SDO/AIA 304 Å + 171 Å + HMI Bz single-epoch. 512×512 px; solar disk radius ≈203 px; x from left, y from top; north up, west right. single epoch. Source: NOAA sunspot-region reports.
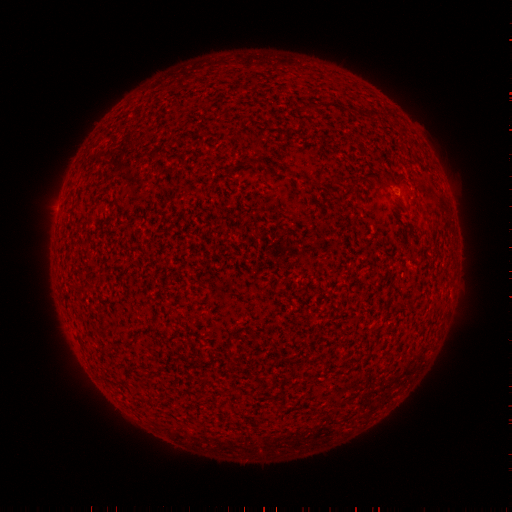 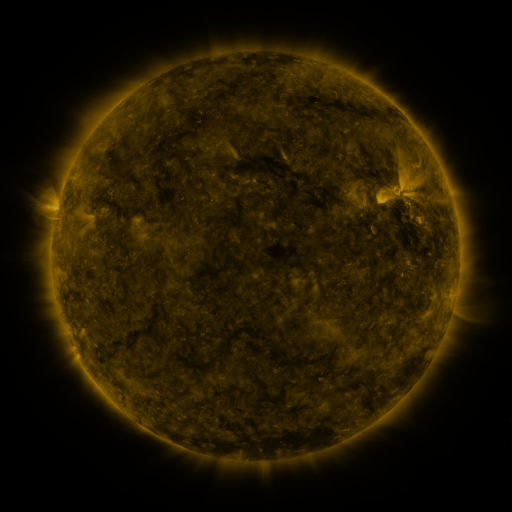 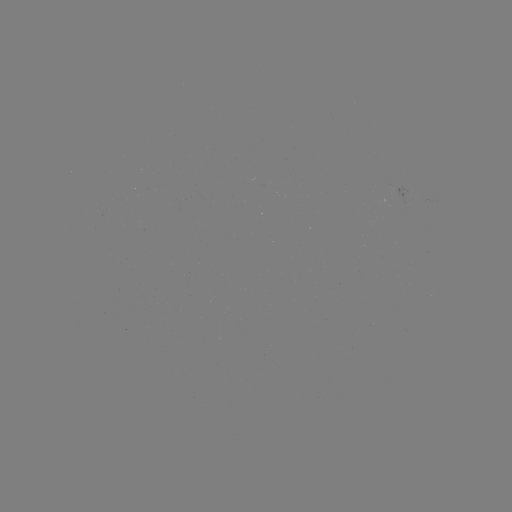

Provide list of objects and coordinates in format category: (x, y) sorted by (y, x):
(none)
